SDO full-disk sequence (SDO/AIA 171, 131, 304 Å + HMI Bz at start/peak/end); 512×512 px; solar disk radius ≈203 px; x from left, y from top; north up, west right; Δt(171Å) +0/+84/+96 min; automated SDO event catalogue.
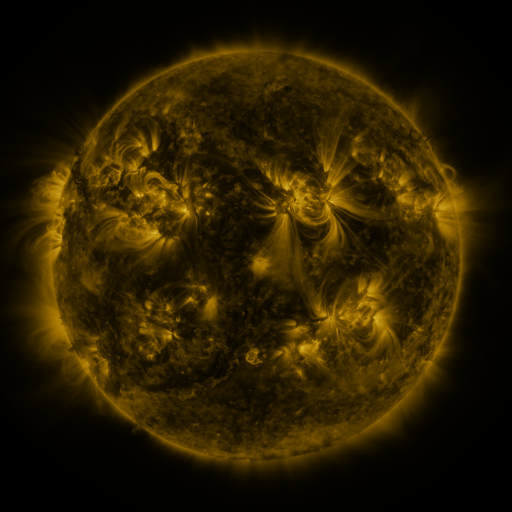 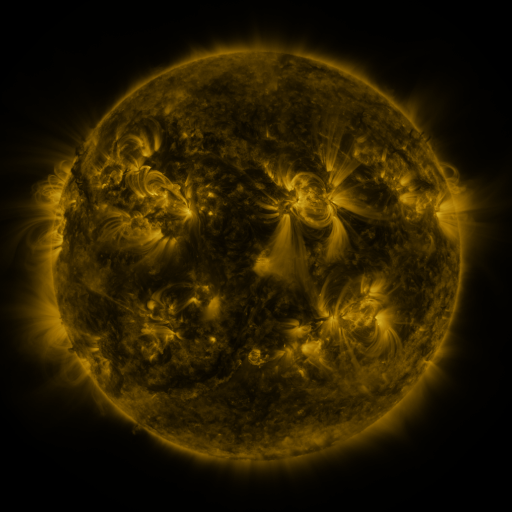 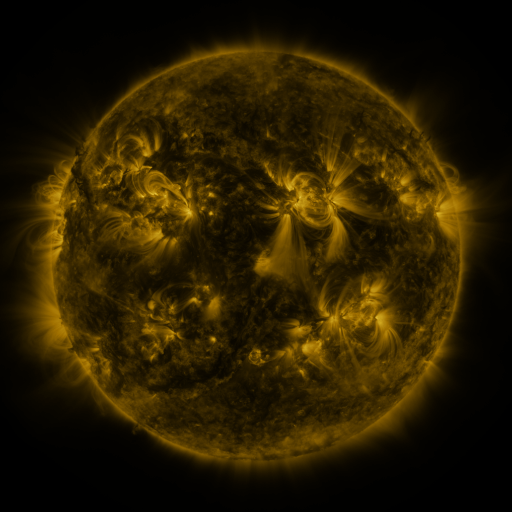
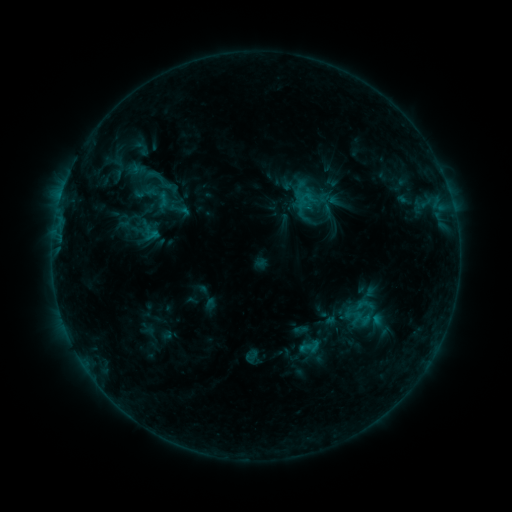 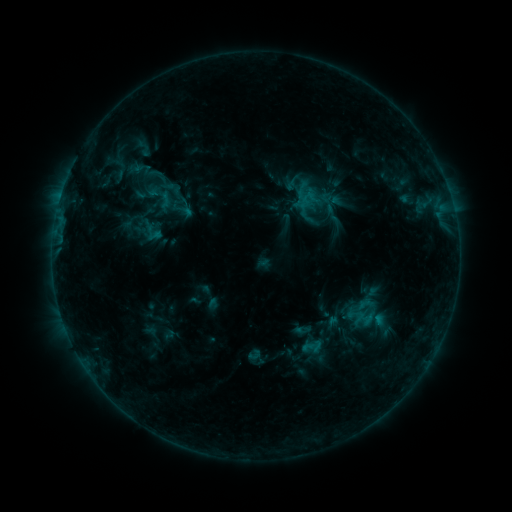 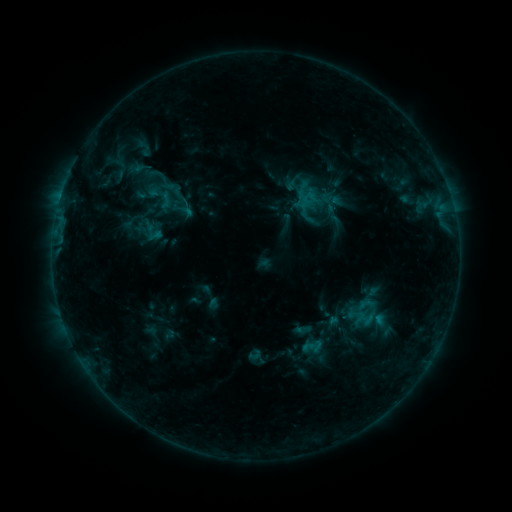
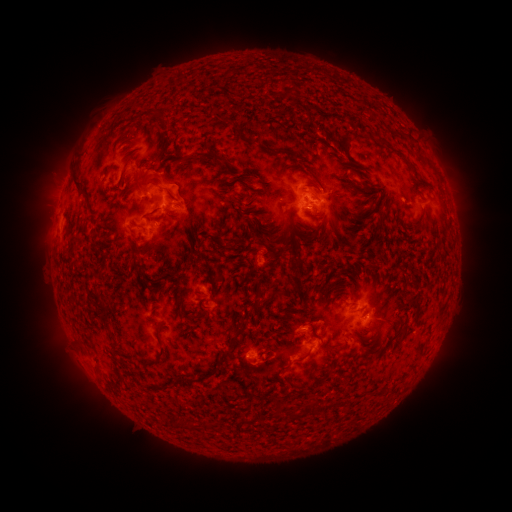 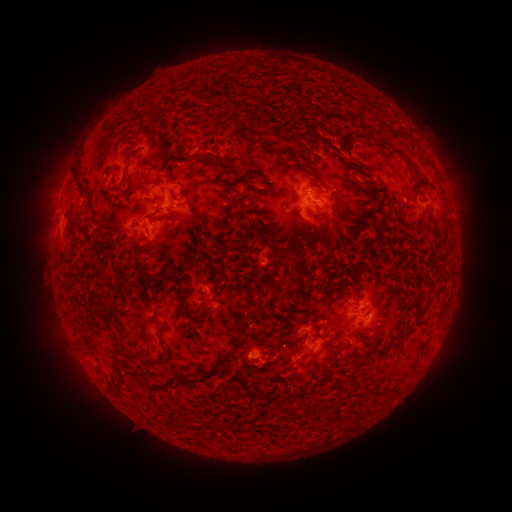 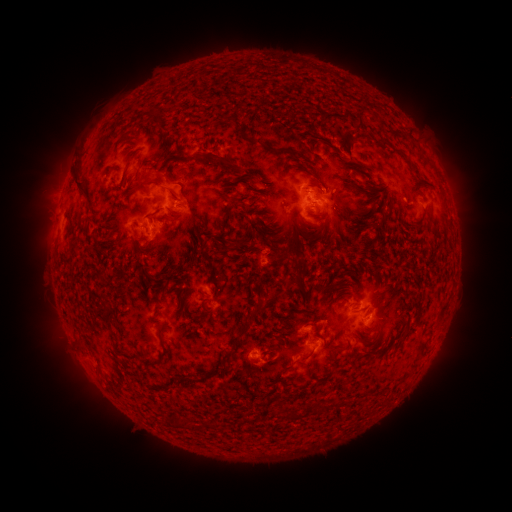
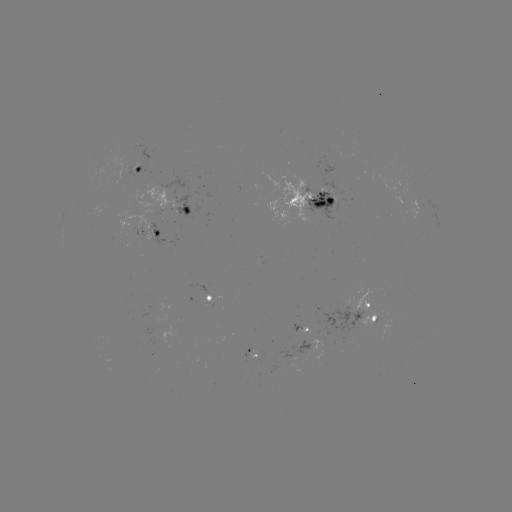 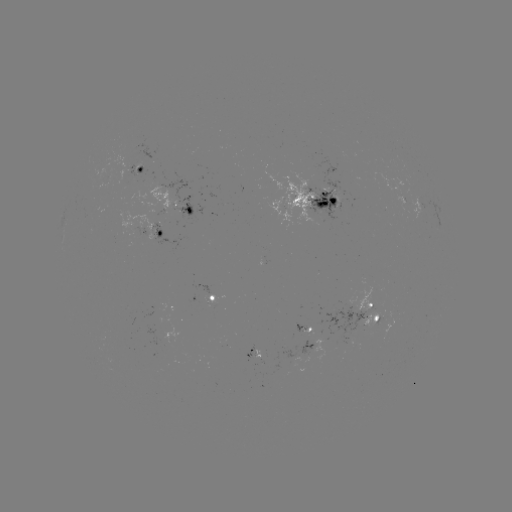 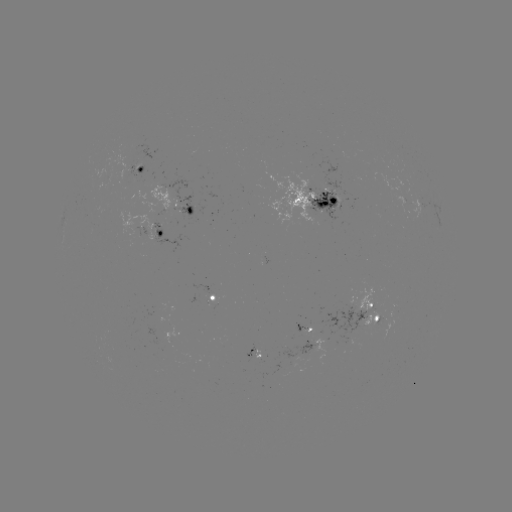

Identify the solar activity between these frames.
emerging-flux region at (372, 313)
